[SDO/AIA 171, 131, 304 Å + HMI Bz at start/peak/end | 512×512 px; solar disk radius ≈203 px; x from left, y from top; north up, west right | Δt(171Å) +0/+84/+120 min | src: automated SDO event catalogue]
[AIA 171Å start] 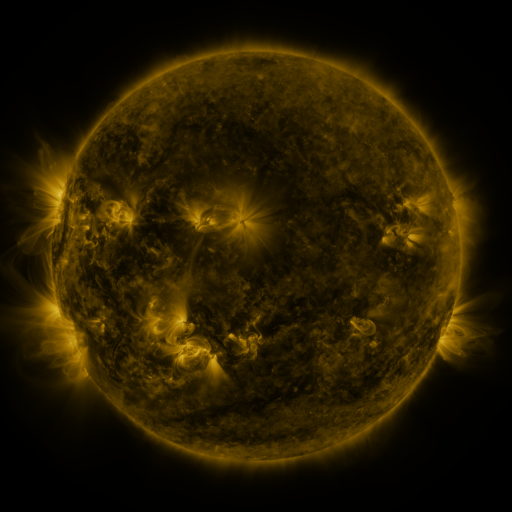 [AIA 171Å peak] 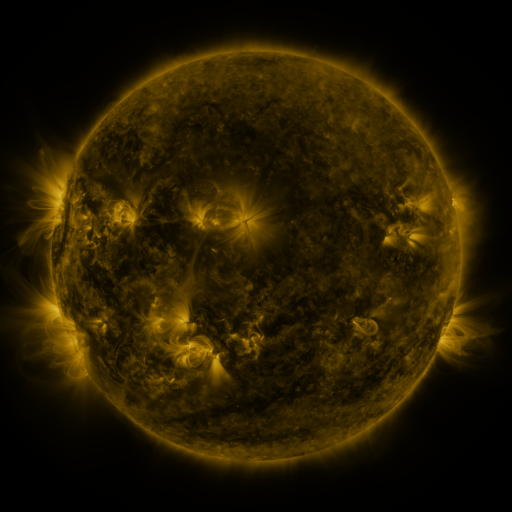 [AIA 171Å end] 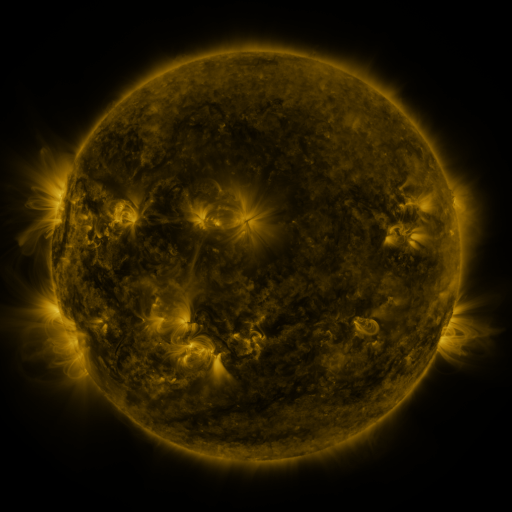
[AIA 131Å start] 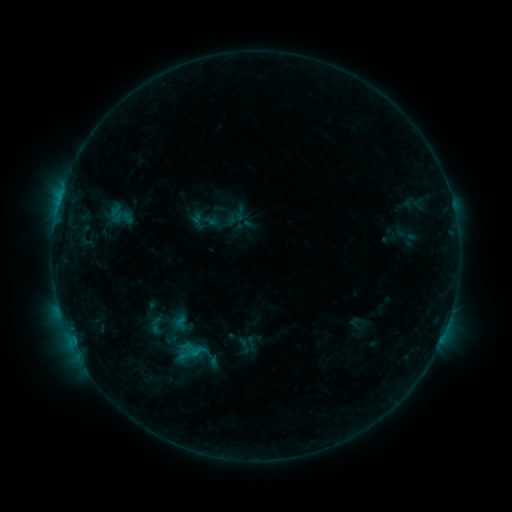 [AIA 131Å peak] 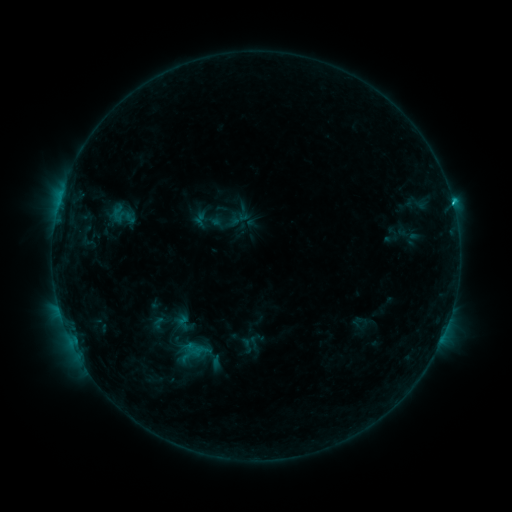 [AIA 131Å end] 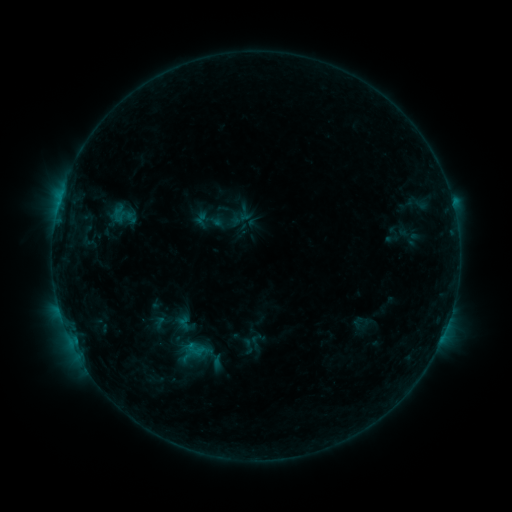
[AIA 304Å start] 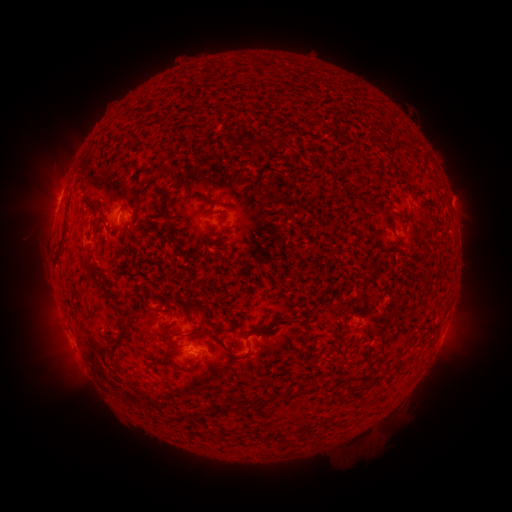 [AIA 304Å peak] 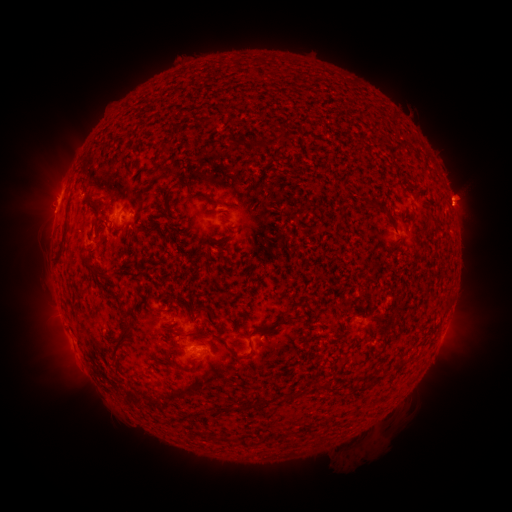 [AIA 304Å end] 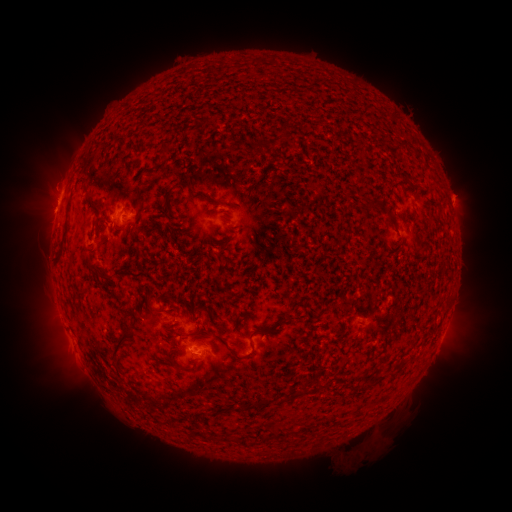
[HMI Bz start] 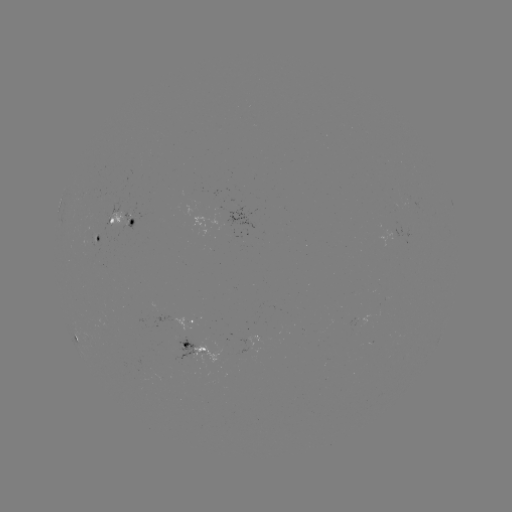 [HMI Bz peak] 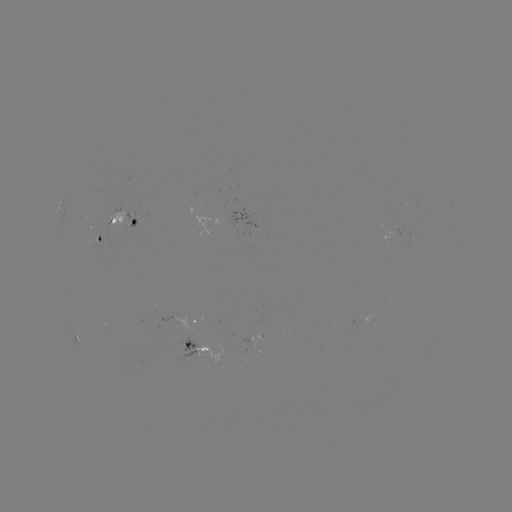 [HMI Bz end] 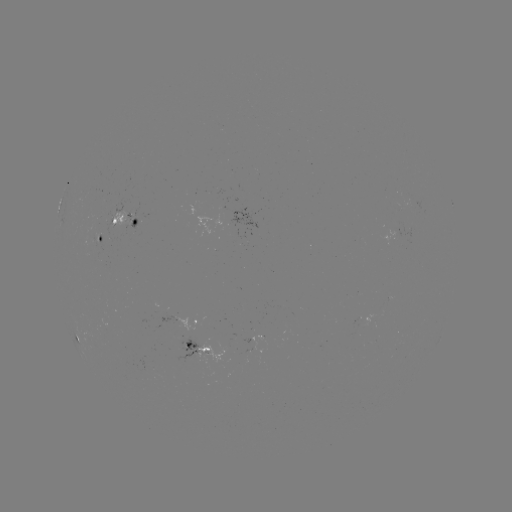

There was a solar emerging-flux region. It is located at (259, 329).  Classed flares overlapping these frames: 1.